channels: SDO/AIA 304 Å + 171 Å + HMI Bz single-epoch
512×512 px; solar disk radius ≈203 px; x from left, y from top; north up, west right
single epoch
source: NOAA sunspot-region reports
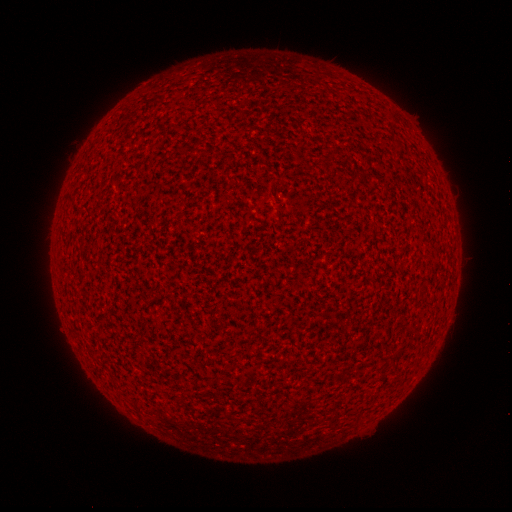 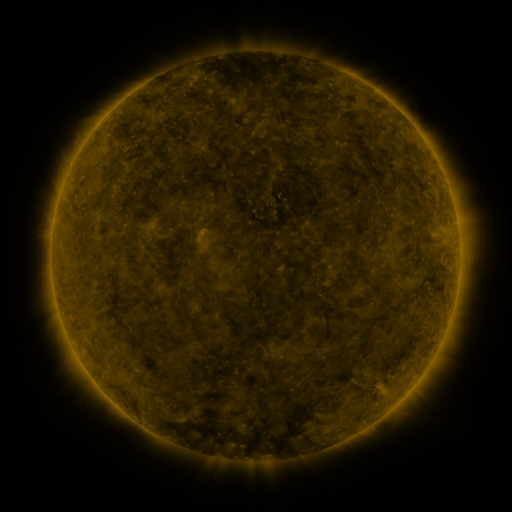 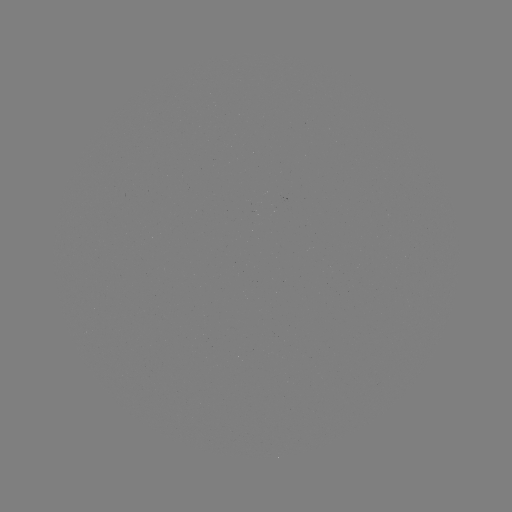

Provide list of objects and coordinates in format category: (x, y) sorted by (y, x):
(none)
